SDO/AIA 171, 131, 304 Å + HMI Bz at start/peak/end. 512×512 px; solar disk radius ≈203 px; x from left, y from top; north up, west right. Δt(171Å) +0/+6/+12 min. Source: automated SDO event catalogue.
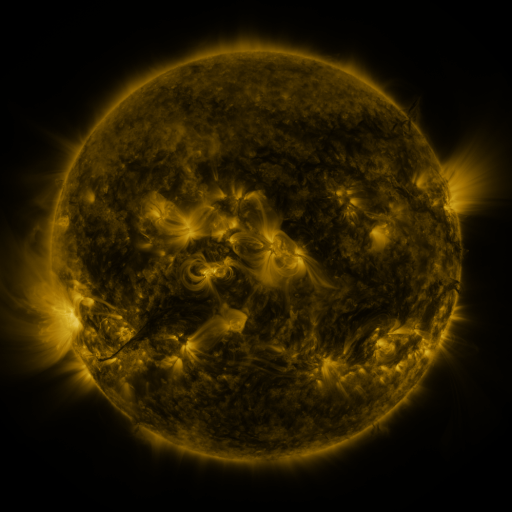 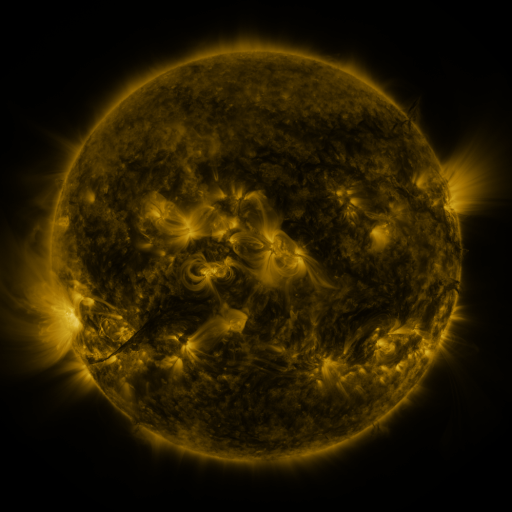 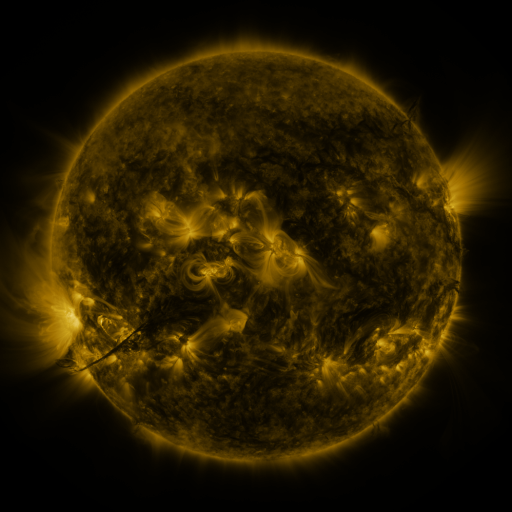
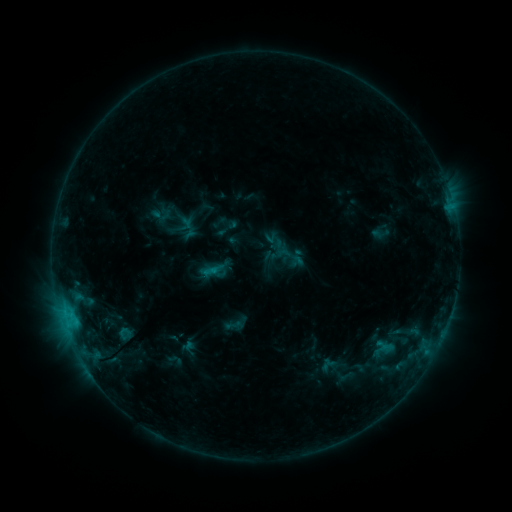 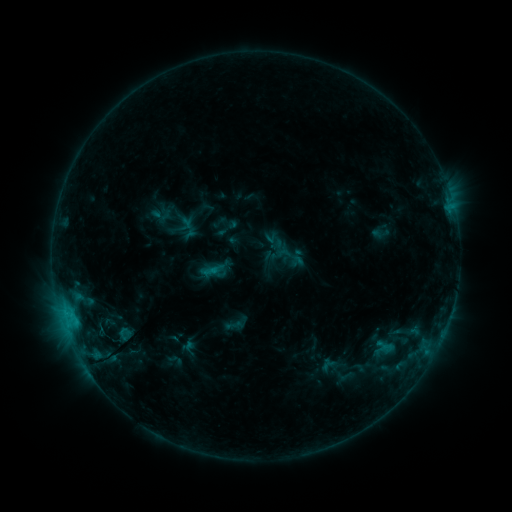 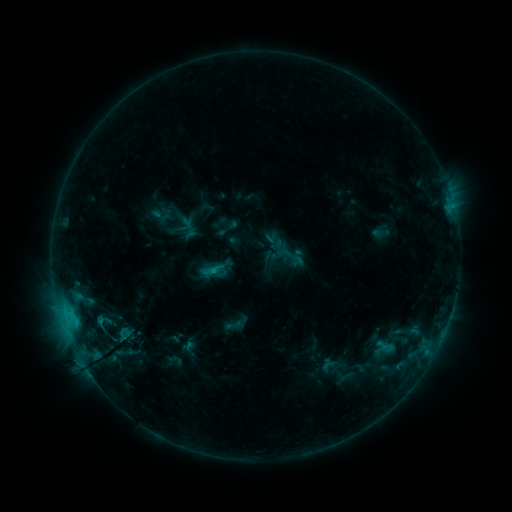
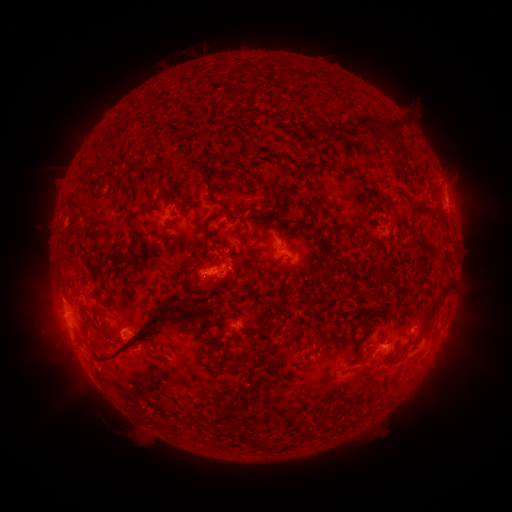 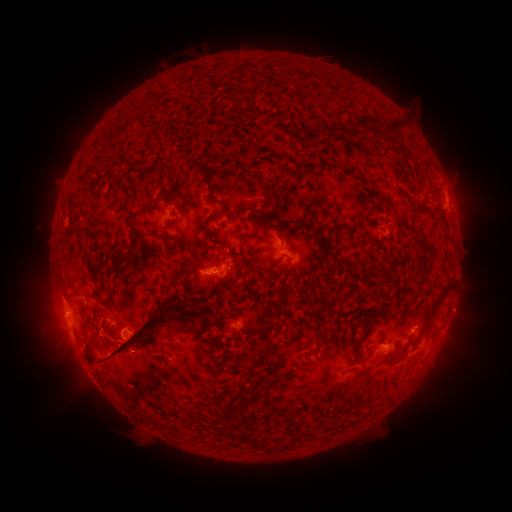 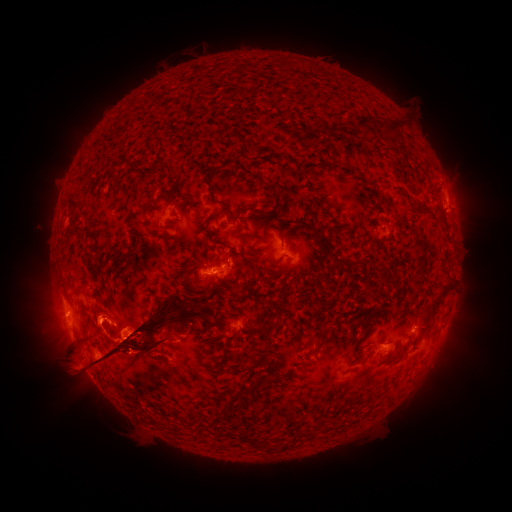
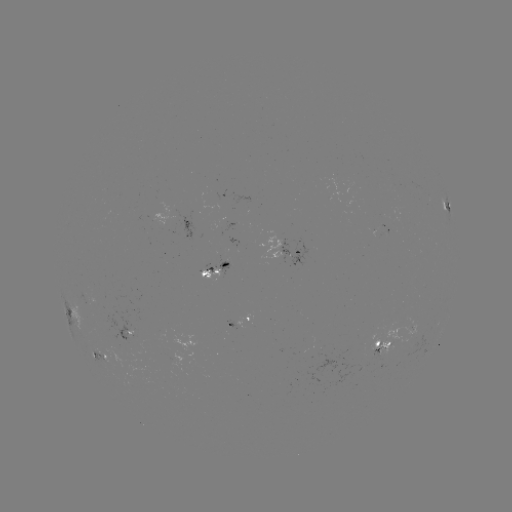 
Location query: eruption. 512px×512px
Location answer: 464,309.